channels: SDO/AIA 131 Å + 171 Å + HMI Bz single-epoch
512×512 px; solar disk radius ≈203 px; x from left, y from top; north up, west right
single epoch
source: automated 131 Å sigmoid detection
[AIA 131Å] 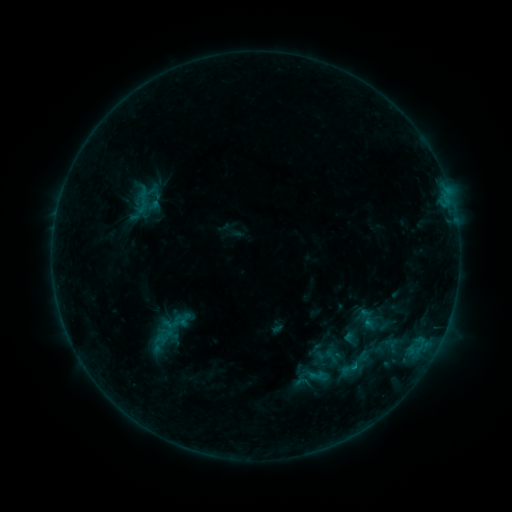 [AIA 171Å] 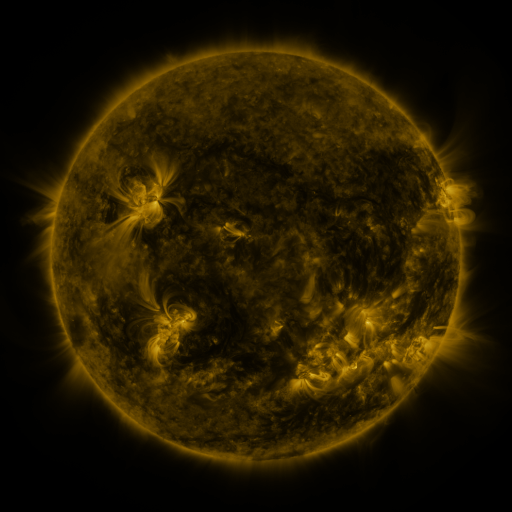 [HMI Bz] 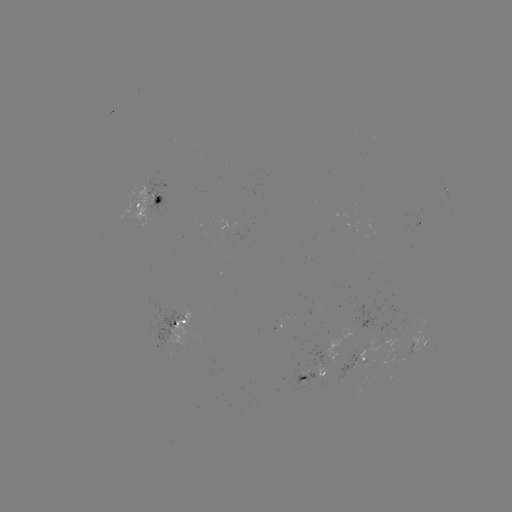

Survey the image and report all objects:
sigmoid: (339, 360, 357, 378)
